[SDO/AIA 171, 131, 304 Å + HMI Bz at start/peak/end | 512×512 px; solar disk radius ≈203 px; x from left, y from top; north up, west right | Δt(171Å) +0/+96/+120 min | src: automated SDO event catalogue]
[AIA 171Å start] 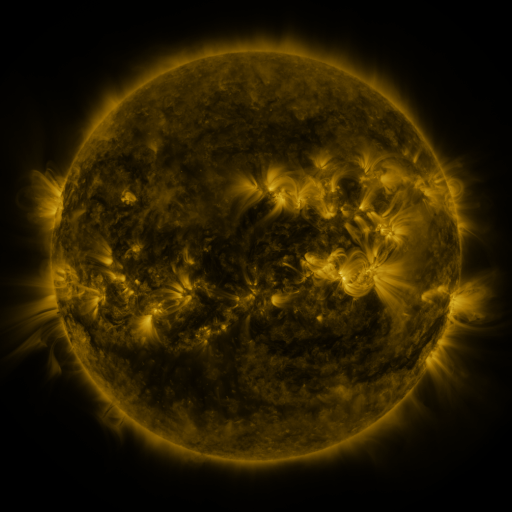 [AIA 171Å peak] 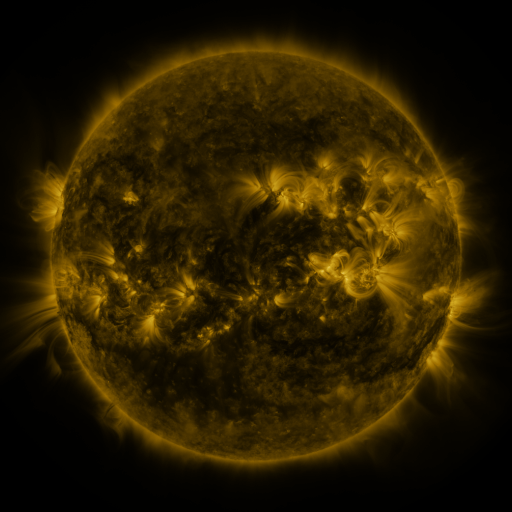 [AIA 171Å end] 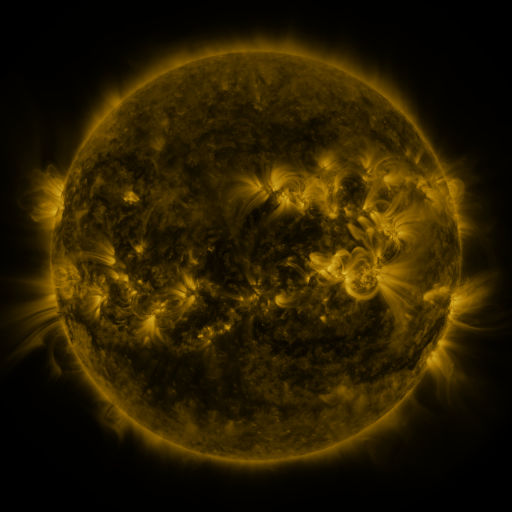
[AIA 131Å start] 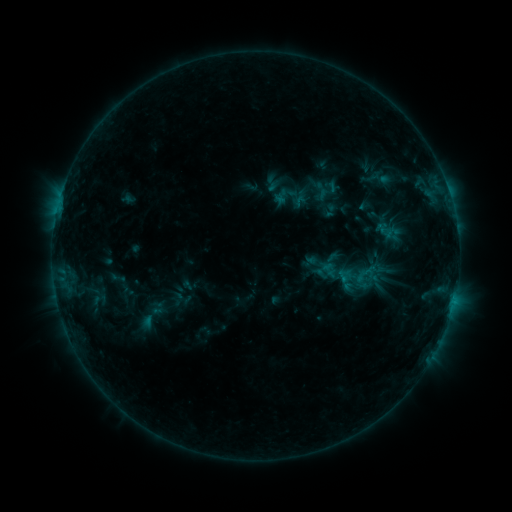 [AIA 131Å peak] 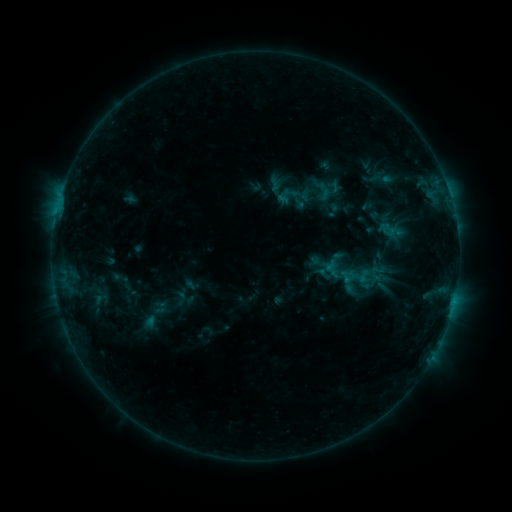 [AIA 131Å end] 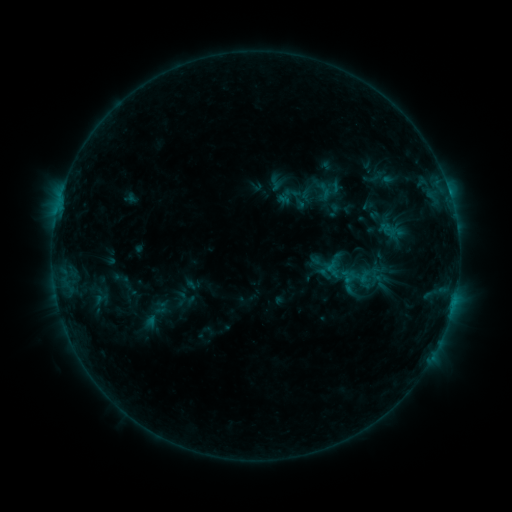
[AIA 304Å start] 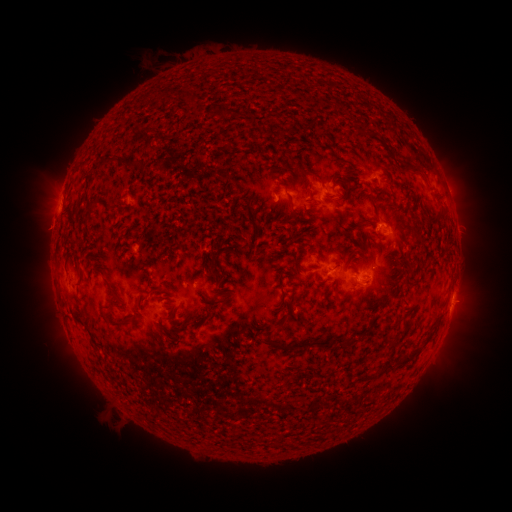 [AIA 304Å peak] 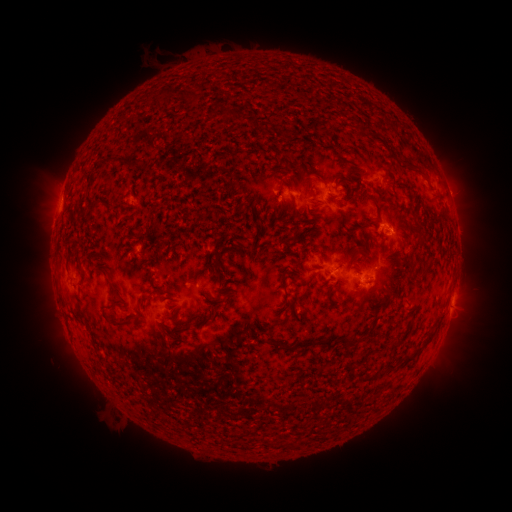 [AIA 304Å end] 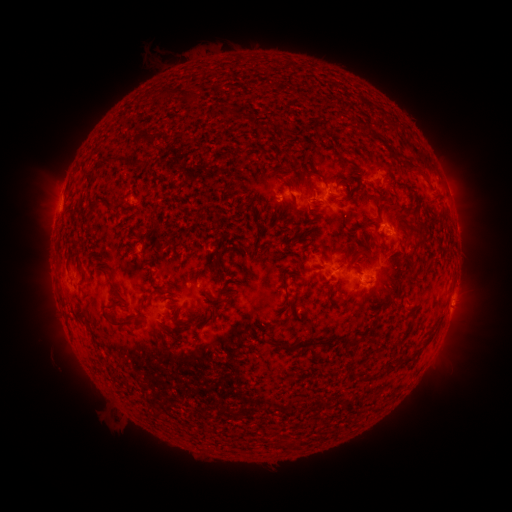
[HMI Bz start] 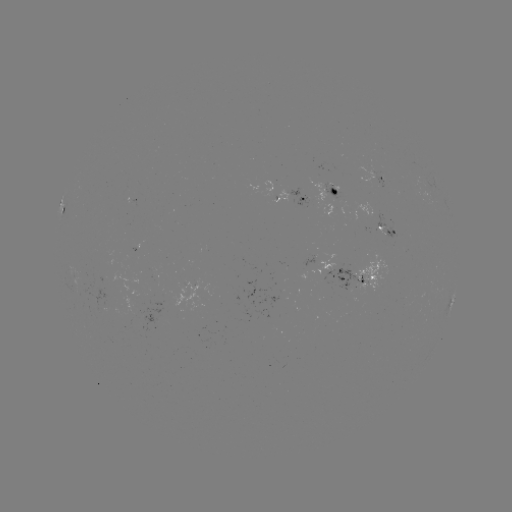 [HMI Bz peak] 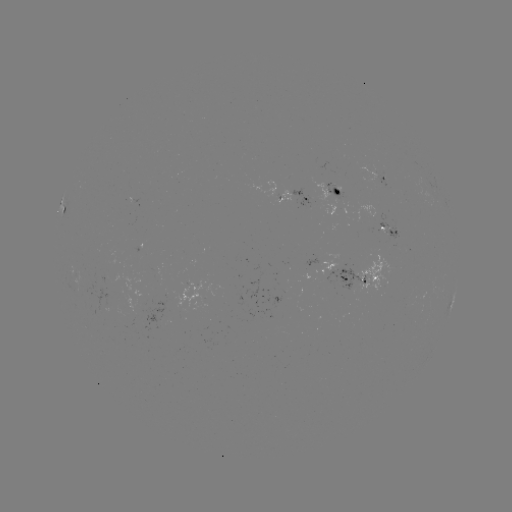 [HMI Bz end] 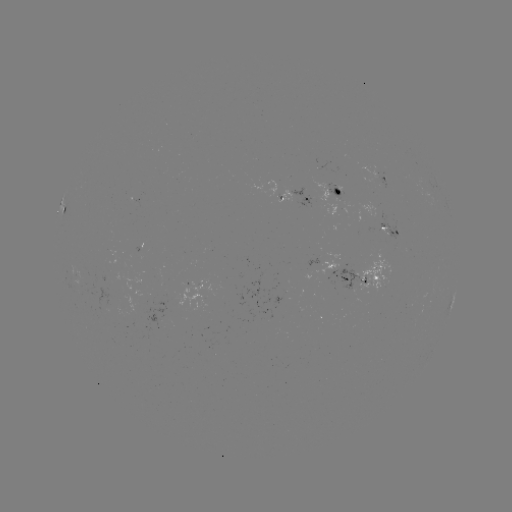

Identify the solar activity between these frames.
emerging-flux region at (315, 259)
